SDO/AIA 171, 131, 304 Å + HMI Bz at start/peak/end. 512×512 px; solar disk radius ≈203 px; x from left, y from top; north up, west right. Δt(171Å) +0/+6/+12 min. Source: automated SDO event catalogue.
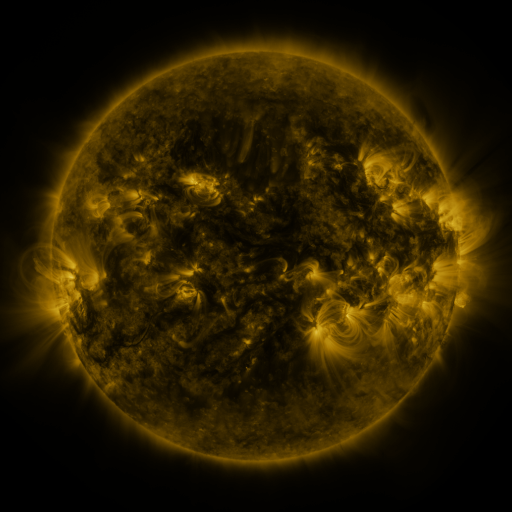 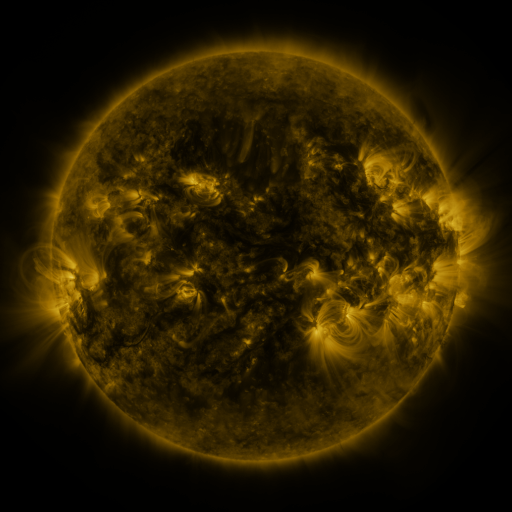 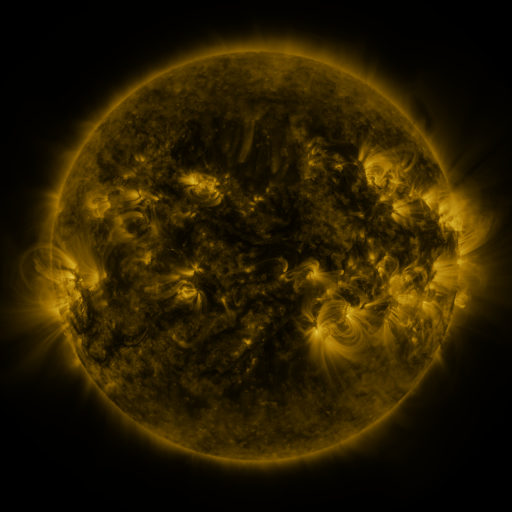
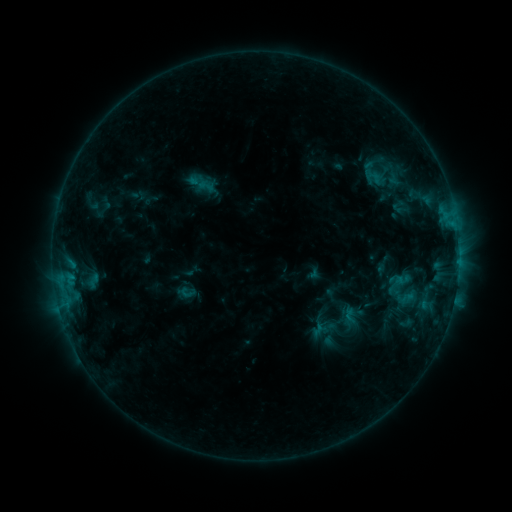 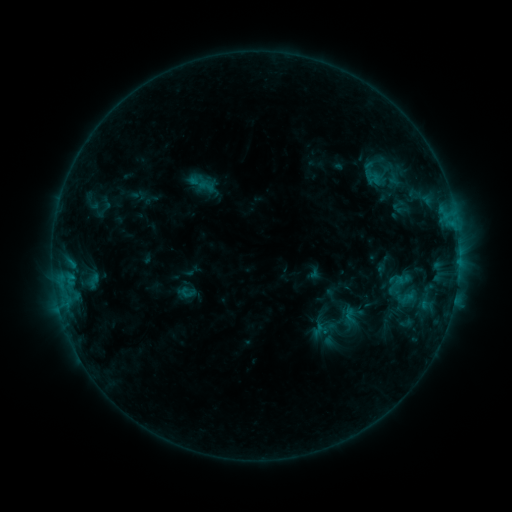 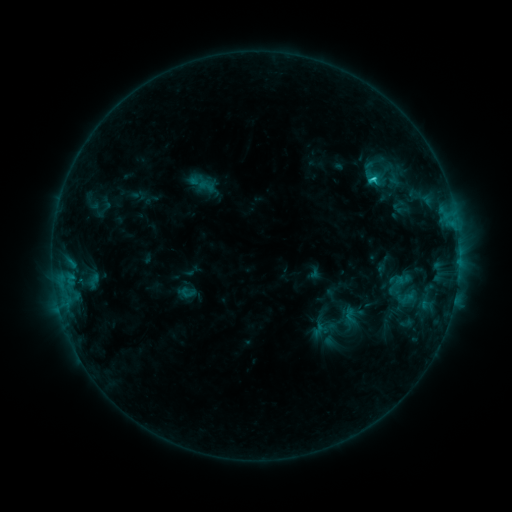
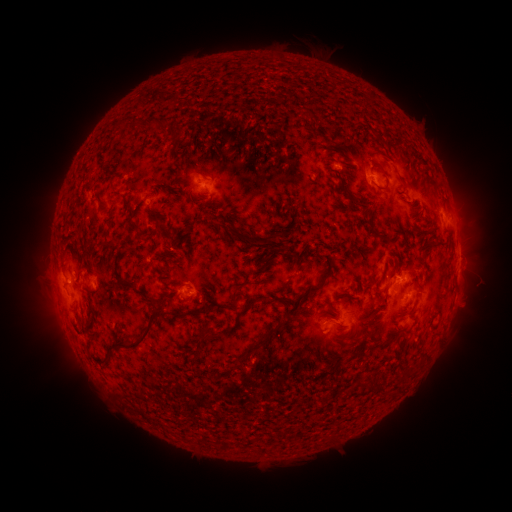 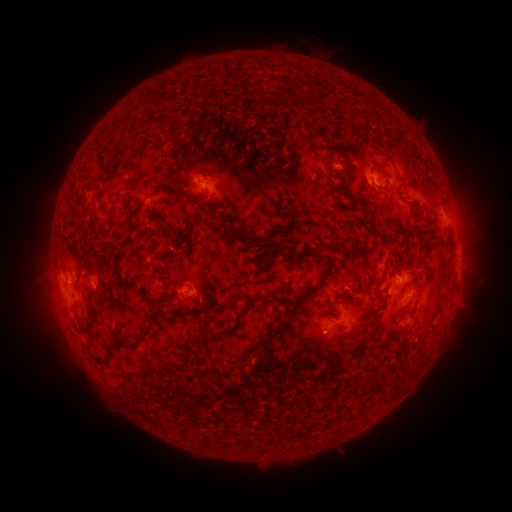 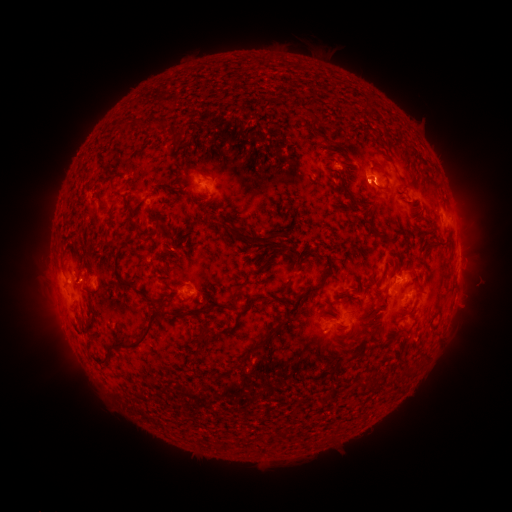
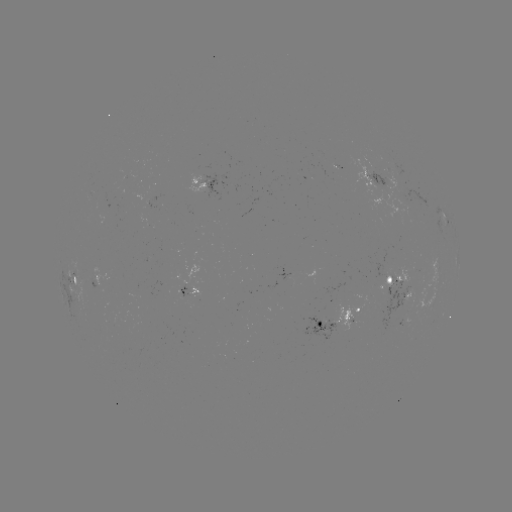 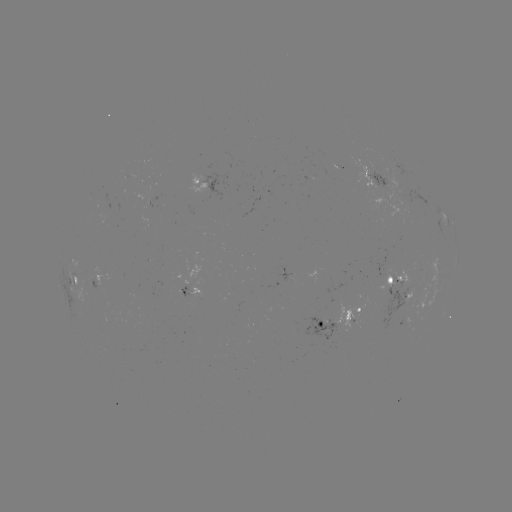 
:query C1.5 flare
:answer (368, 183)